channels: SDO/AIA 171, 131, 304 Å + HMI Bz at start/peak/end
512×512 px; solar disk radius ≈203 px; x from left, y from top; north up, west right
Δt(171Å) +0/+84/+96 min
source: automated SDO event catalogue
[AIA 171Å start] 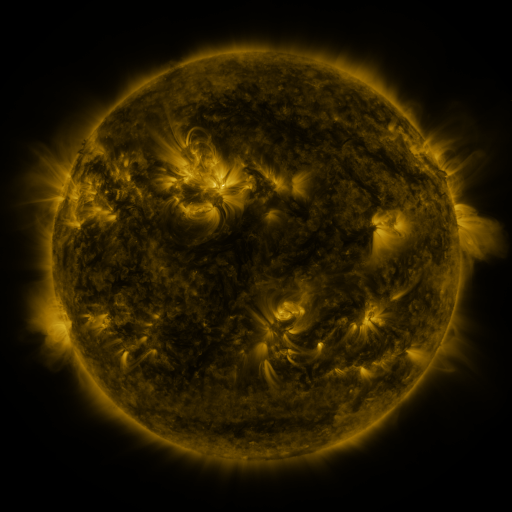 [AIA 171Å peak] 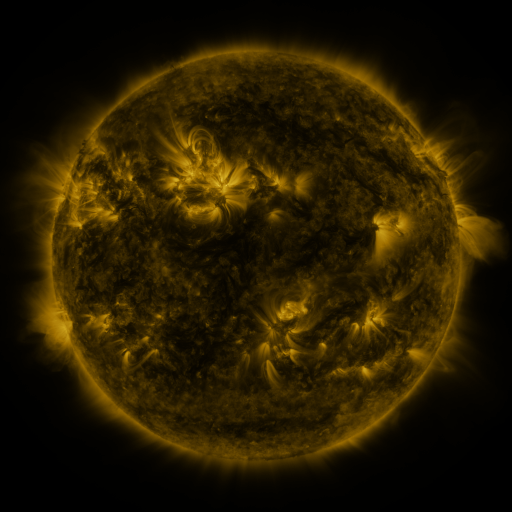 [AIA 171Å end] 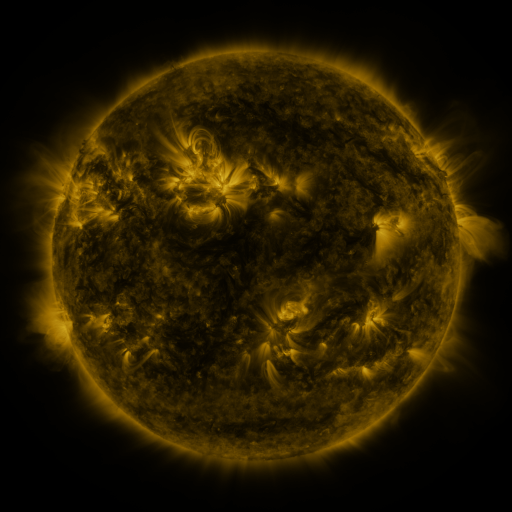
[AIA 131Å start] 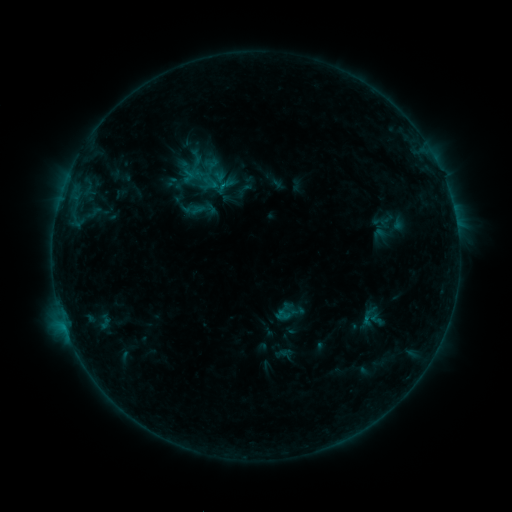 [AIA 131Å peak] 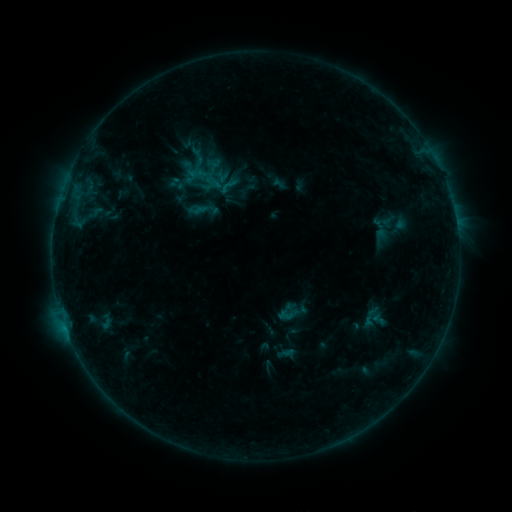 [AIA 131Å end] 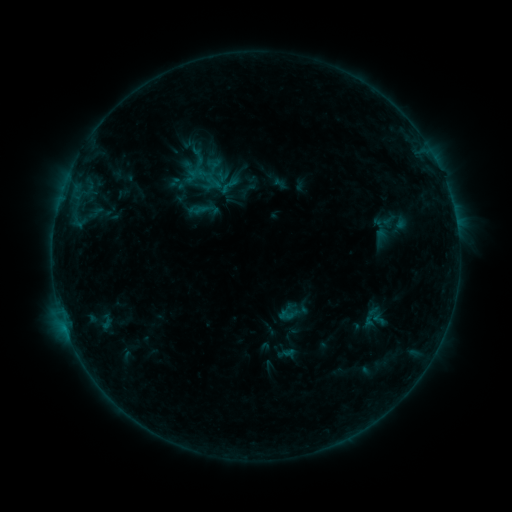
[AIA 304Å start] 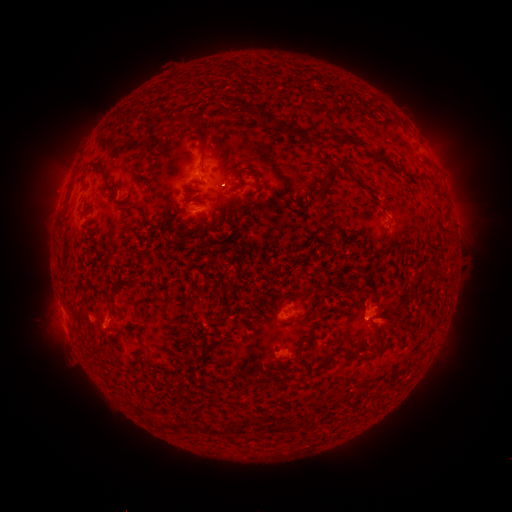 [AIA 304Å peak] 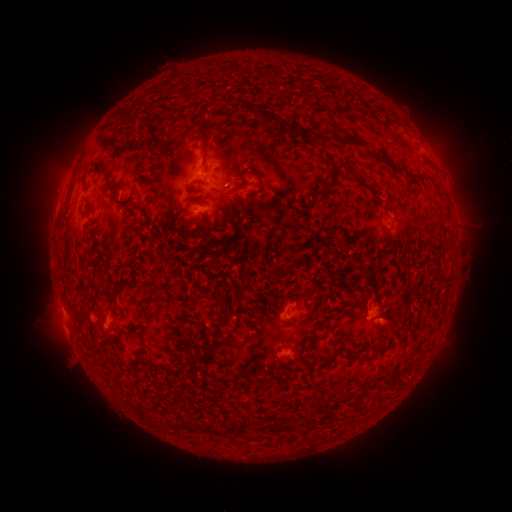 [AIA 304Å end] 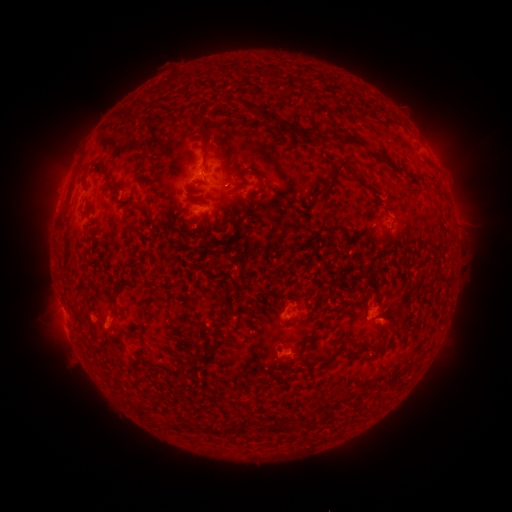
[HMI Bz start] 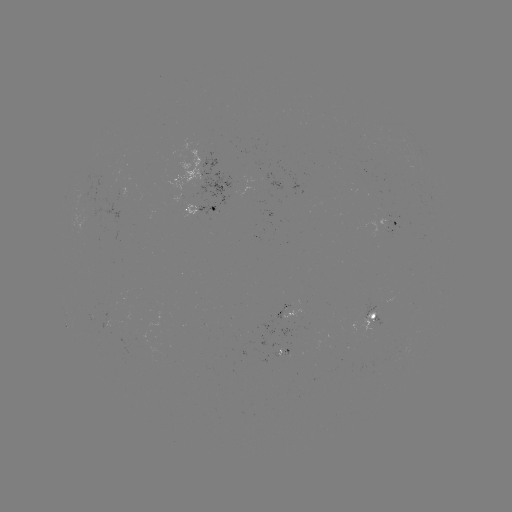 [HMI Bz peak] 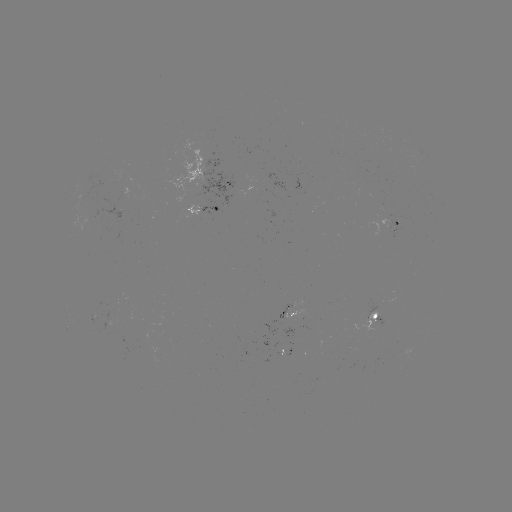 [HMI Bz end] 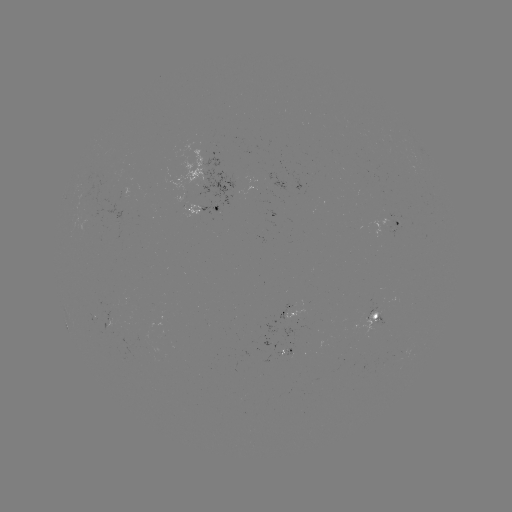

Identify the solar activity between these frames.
emerging-flux region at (93, 317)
